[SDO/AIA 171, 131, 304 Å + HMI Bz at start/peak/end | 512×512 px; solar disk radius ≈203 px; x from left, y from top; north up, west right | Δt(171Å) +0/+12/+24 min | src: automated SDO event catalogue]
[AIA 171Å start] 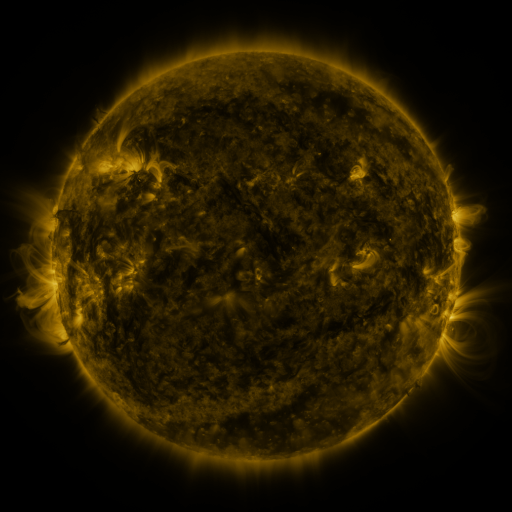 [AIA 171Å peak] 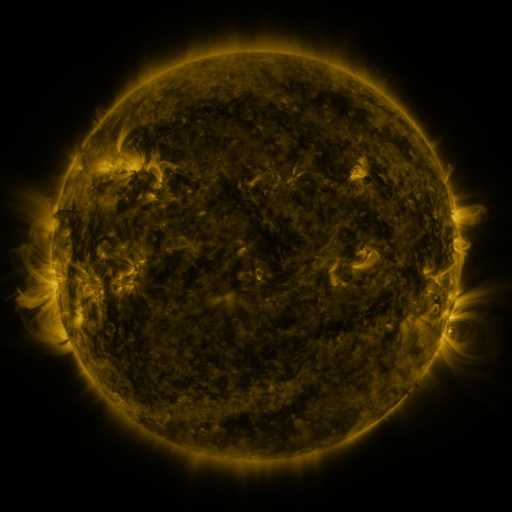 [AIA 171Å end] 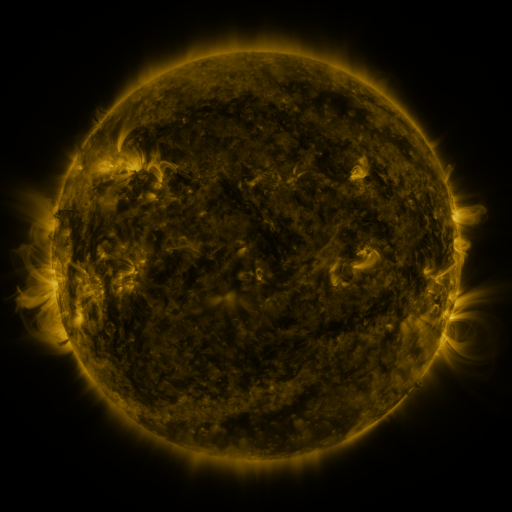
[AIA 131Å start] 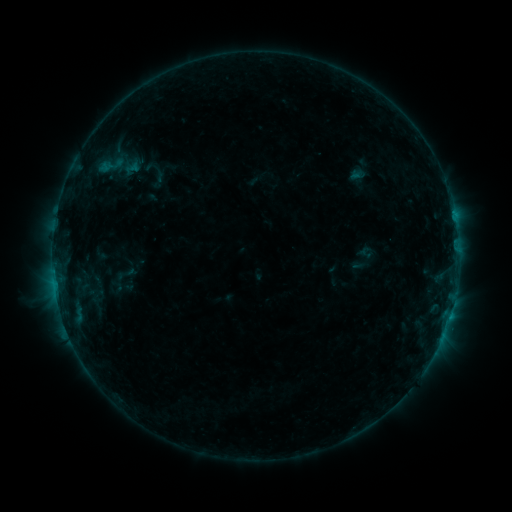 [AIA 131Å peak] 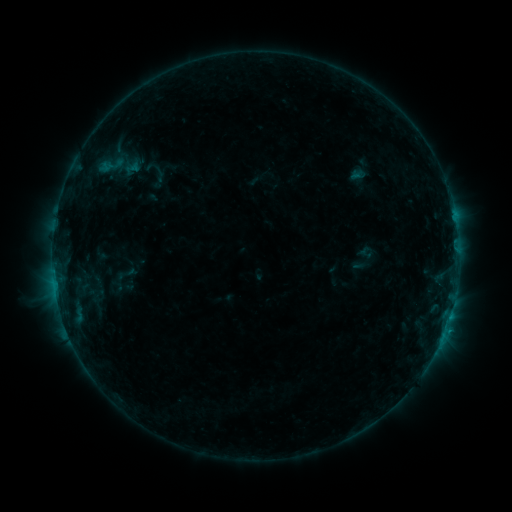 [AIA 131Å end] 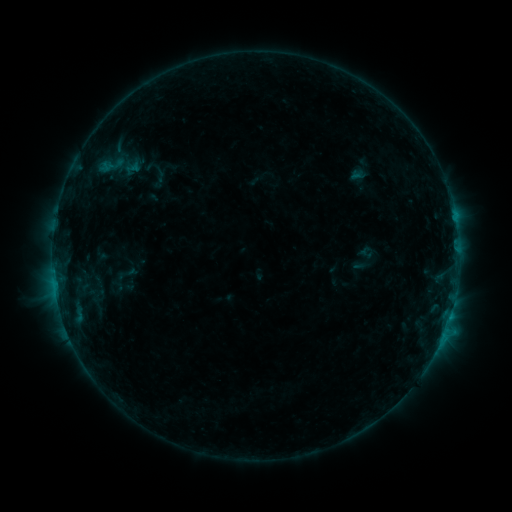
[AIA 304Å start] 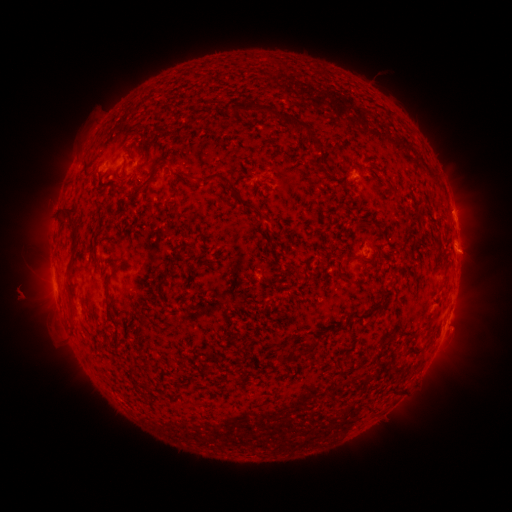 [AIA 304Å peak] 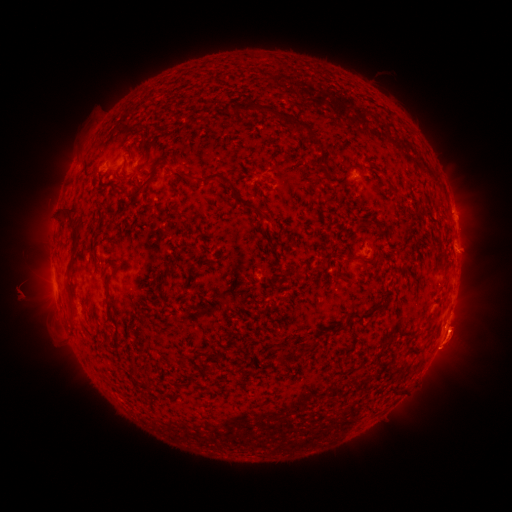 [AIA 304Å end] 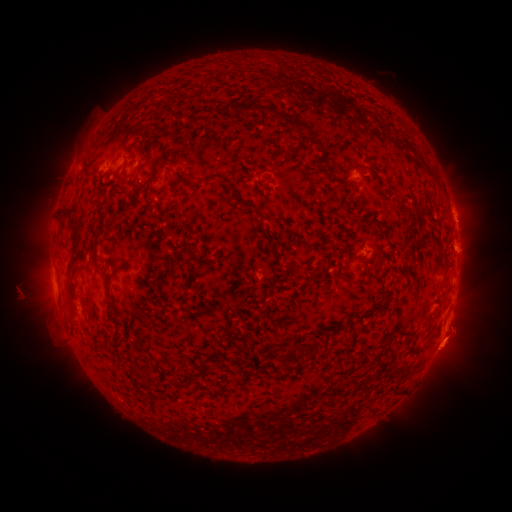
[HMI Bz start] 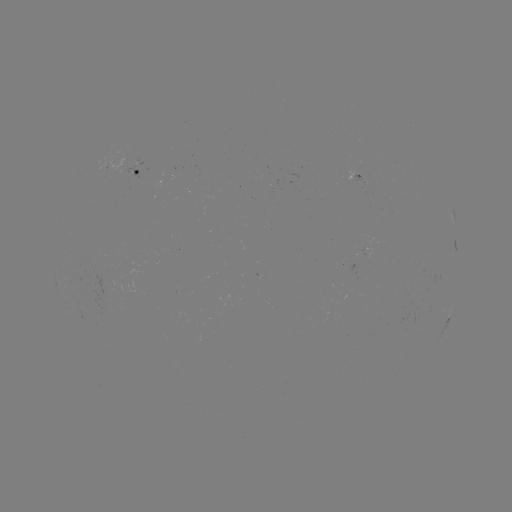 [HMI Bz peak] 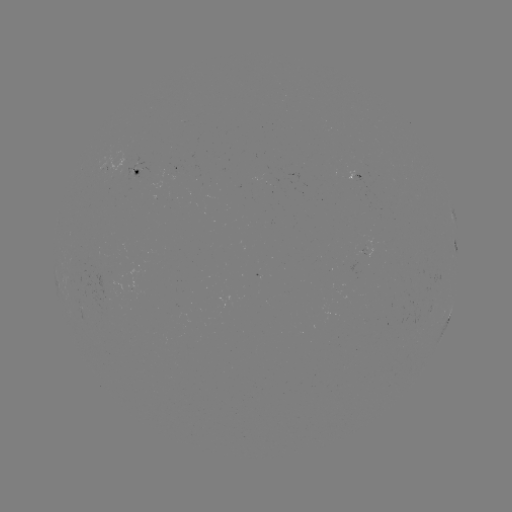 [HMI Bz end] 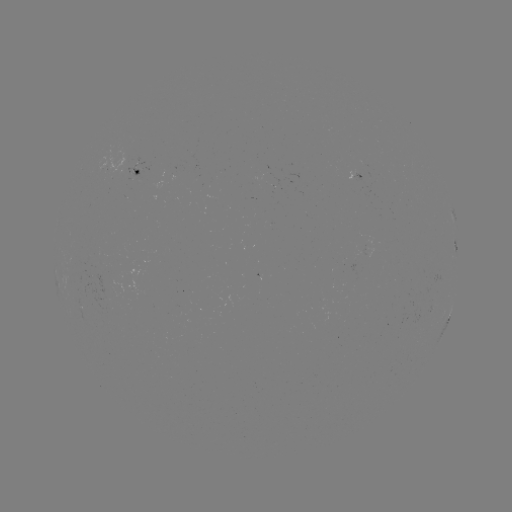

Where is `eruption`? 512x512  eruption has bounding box [418, 284, 485, 396].